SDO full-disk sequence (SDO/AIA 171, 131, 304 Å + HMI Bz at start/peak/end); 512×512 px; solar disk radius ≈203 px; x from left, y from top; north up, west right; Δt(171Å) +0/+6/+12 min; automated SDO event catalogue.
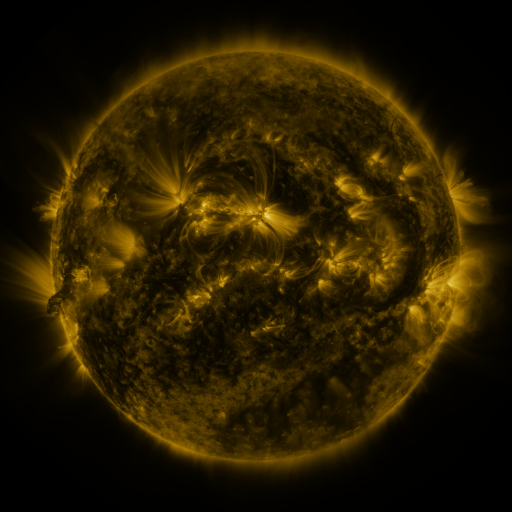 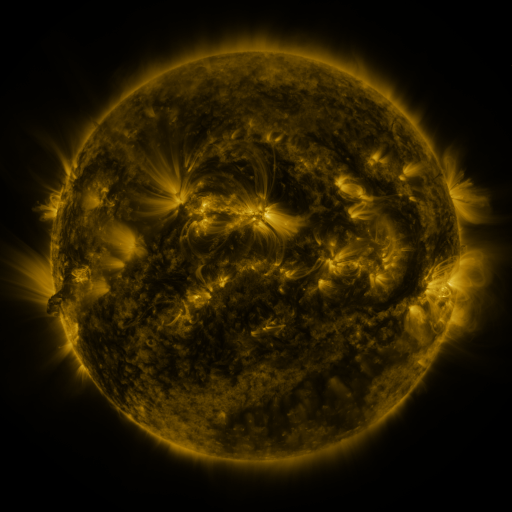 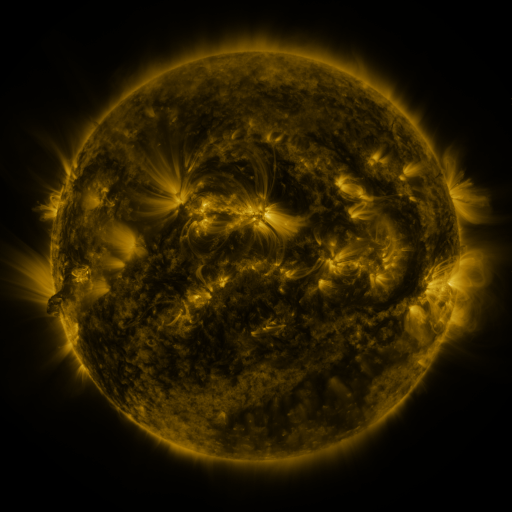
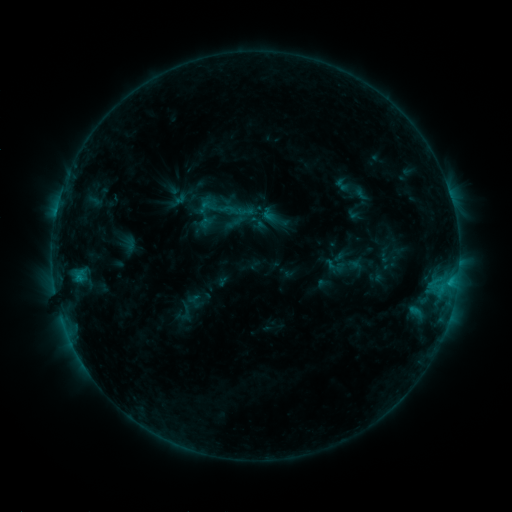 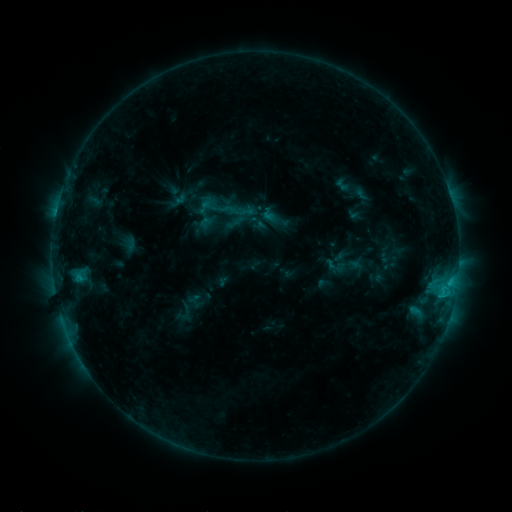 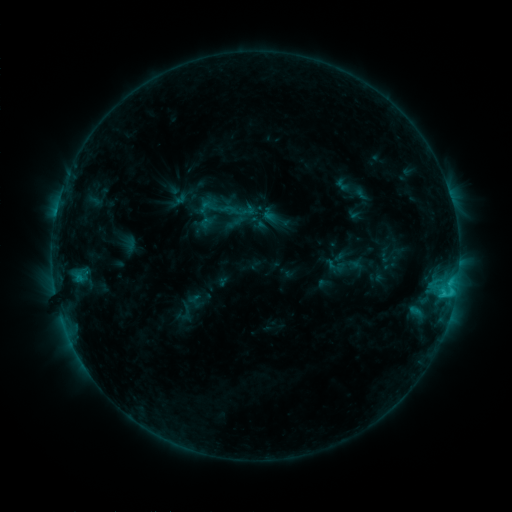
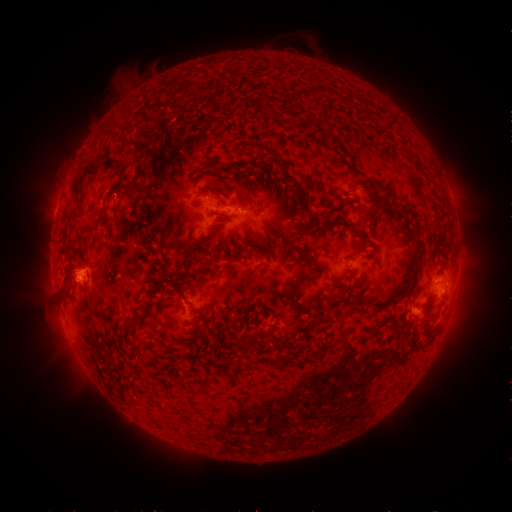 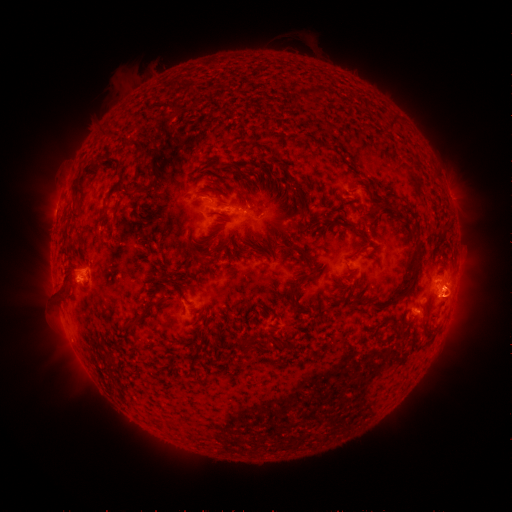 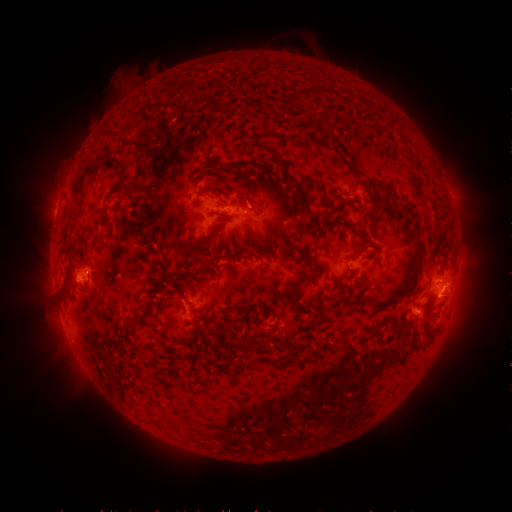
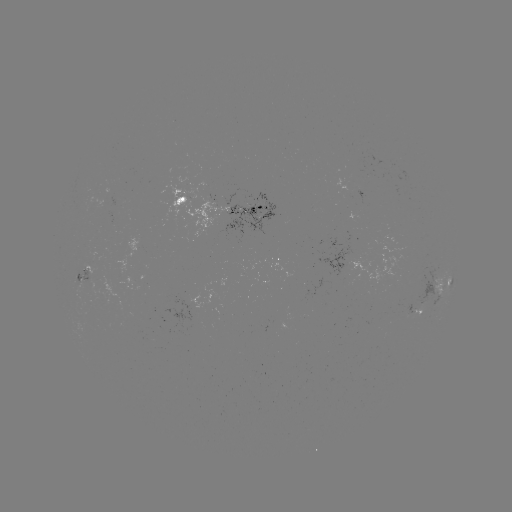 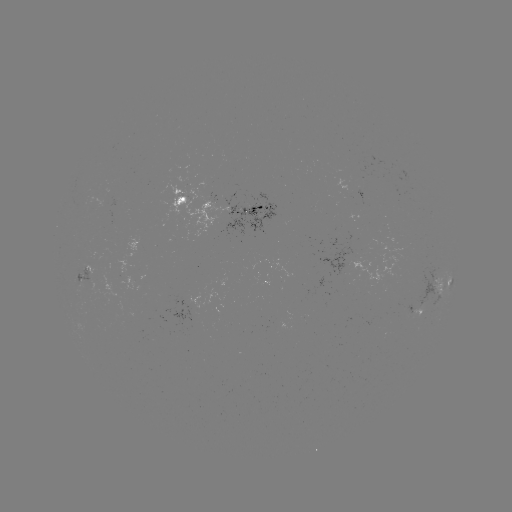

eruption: [426, 251, 487, 338]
